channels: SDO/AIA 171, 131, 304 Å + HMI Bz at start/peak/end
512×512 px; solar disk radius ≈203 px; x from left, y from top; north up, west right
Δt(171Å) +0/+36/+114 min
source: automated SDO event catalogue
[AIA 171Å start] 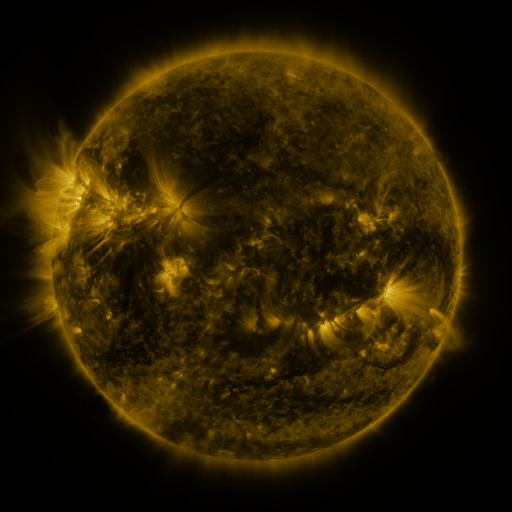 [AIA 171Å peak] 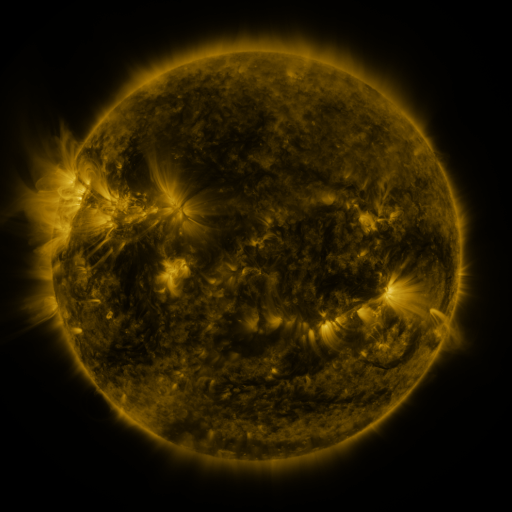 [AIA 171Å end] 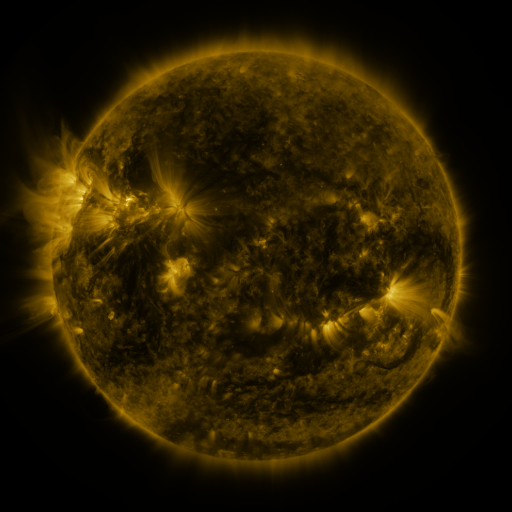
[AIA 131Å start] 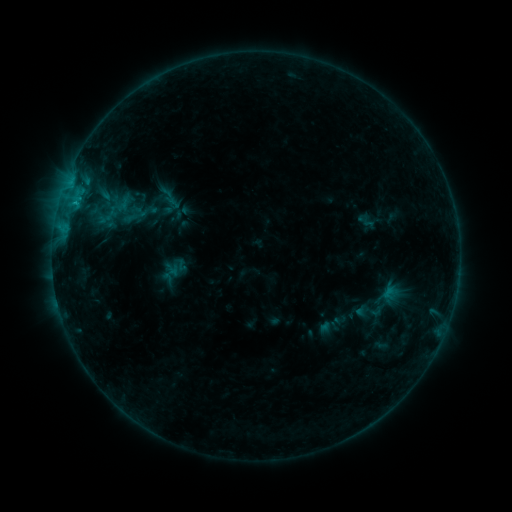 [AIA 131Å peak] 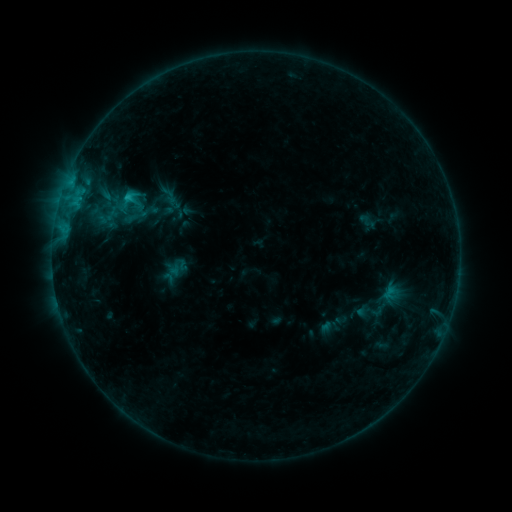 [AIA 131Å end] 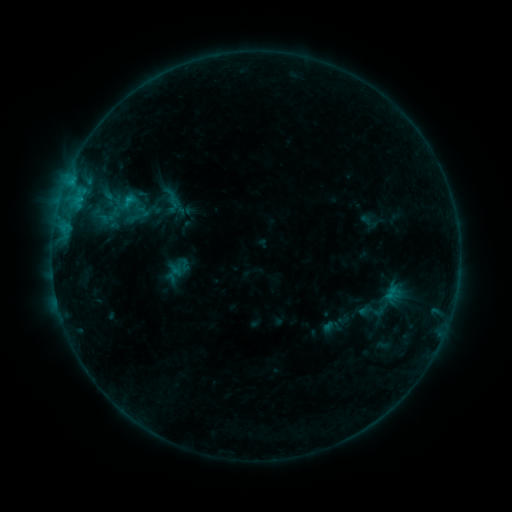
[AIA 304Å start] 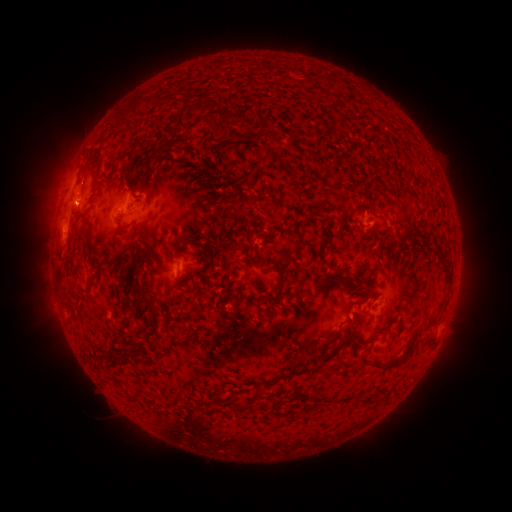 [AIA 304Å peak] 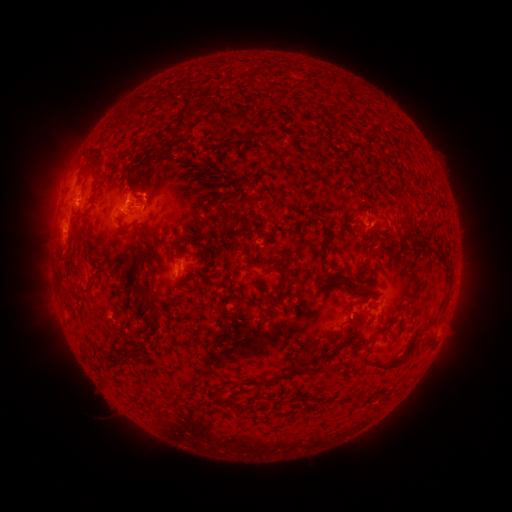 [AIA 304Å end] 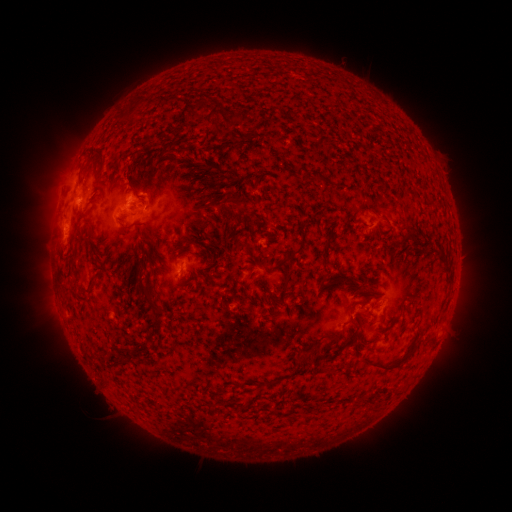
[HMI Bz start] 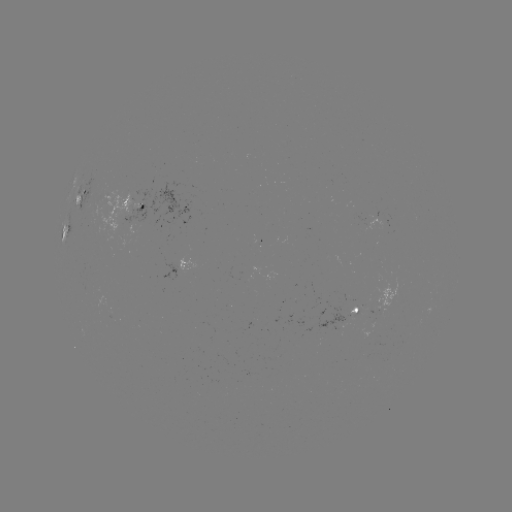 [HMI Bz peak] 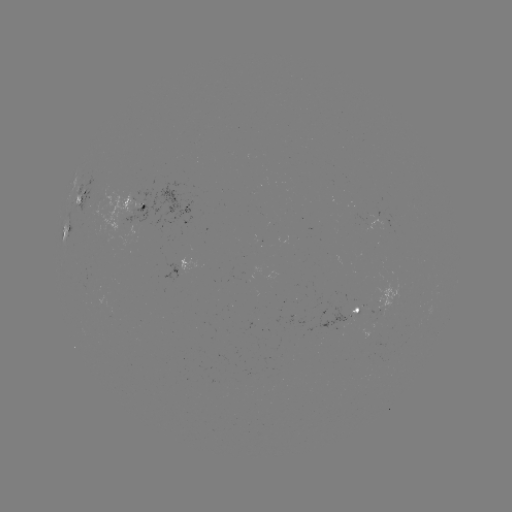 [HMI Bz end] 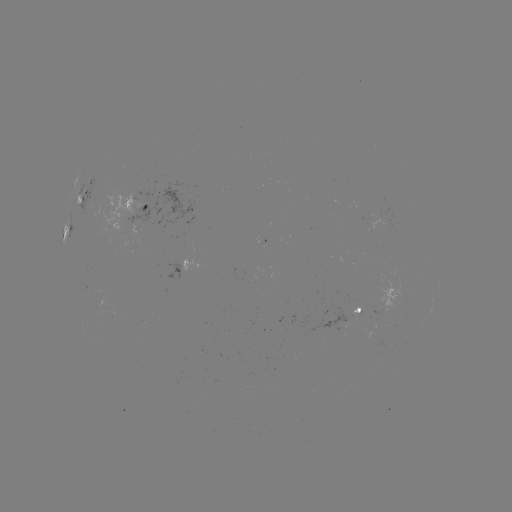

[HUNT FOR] B9.0 flare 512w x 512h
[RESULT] (127, 199)